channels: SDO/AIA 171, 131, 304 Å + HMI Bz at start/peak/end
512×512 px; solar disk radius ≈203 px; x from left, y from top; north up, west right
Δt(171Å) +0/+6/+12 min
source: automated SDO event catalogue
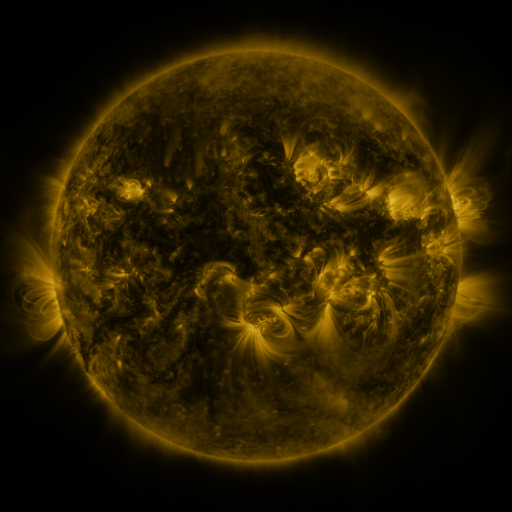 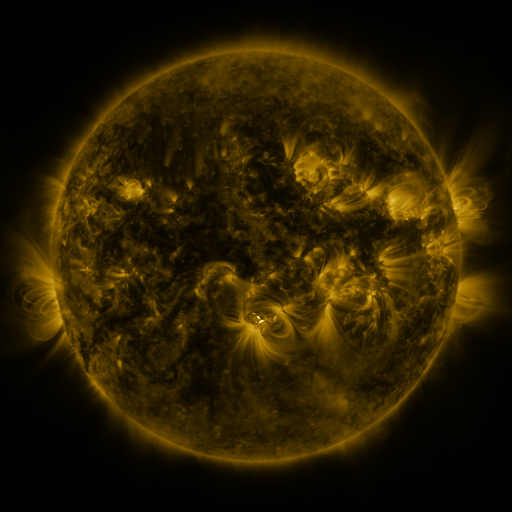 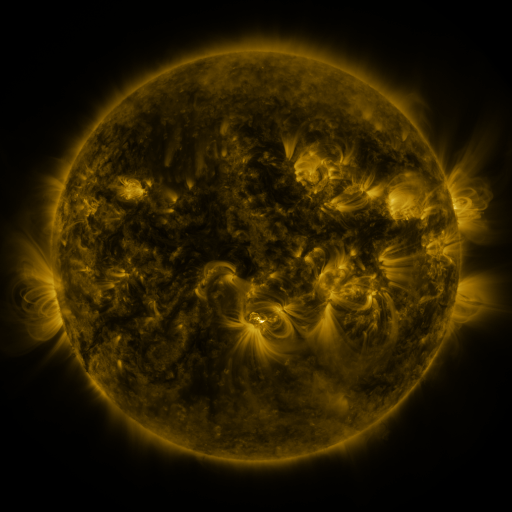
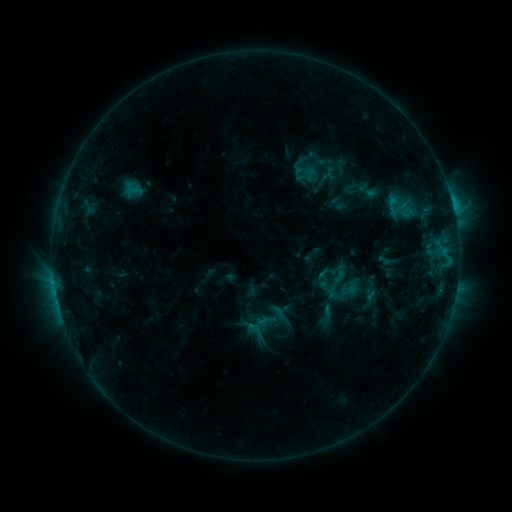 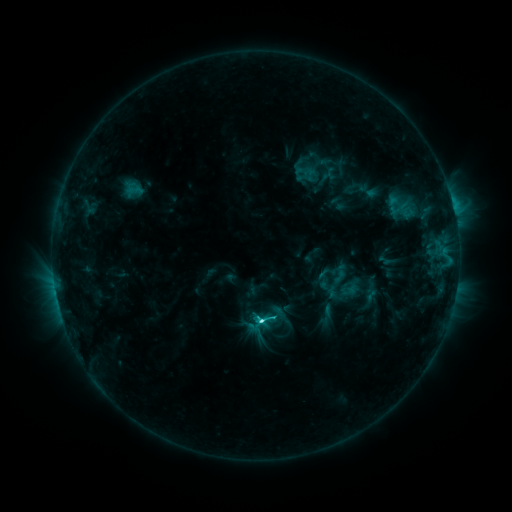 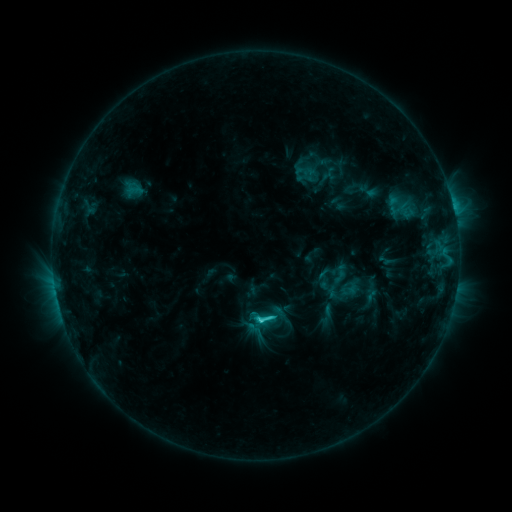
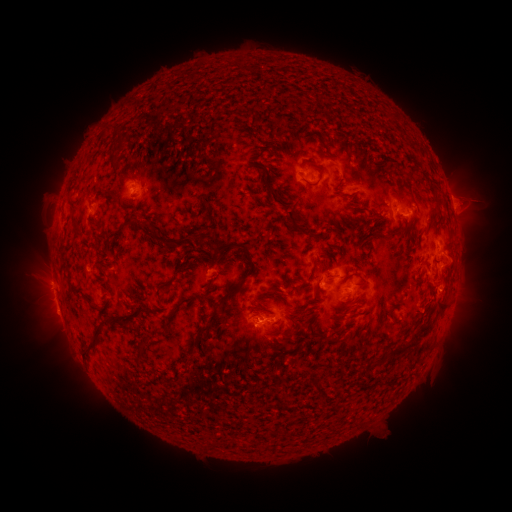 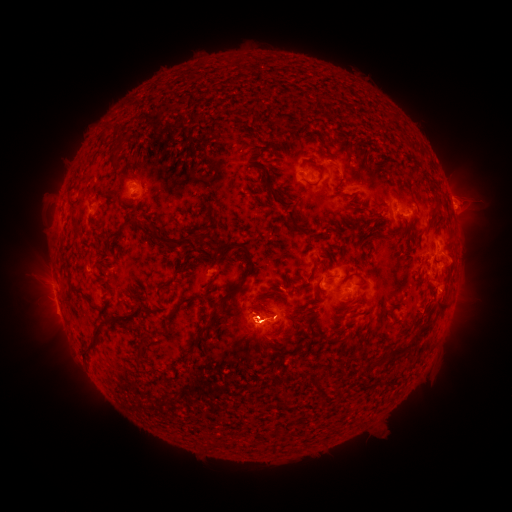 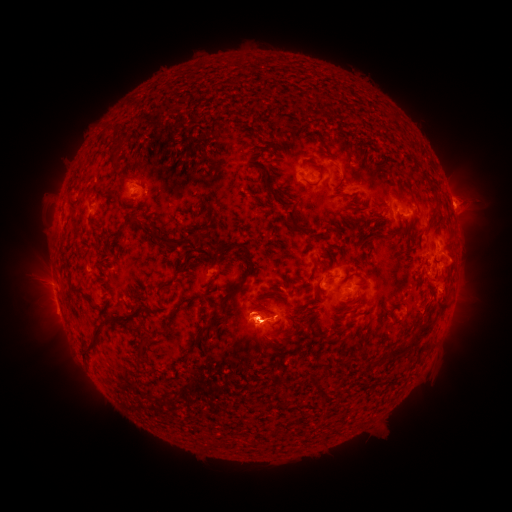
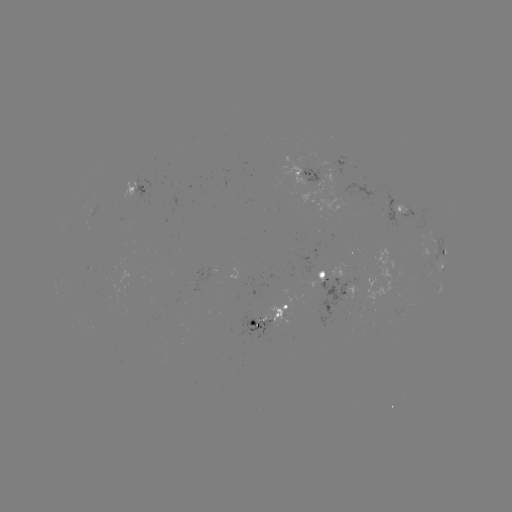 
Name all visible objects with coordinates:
C4.4 flare: (262, 318)
